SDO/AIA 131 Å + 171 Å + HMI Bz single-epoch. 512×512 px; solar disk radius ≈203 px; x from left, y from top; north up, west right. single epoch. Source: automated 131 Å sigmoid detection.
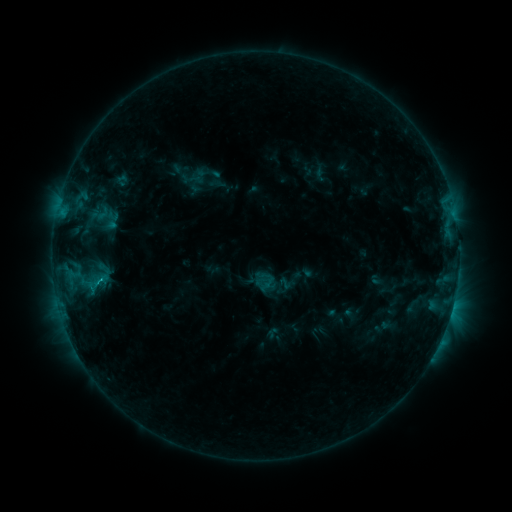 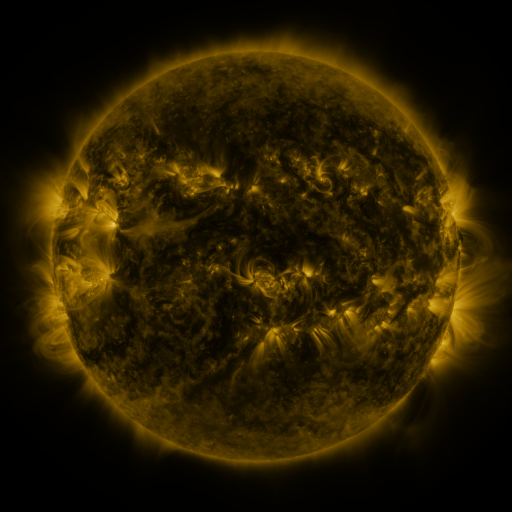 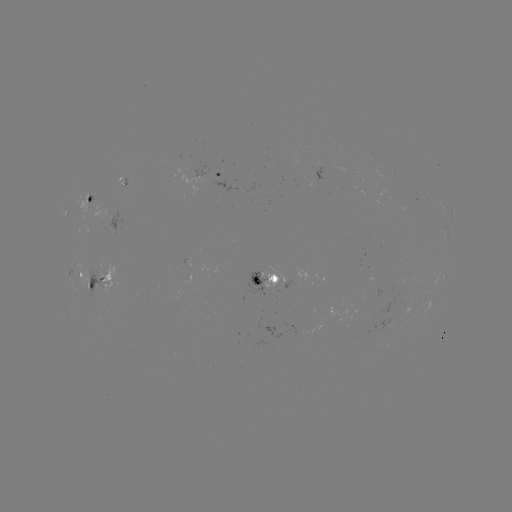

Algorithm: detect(sigmoid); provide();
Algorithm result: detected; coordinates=[95, 281]